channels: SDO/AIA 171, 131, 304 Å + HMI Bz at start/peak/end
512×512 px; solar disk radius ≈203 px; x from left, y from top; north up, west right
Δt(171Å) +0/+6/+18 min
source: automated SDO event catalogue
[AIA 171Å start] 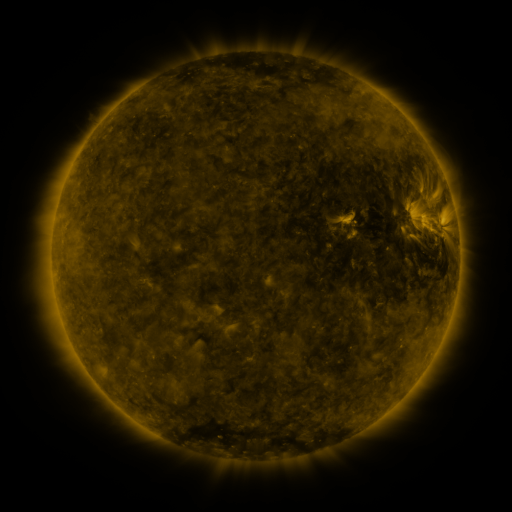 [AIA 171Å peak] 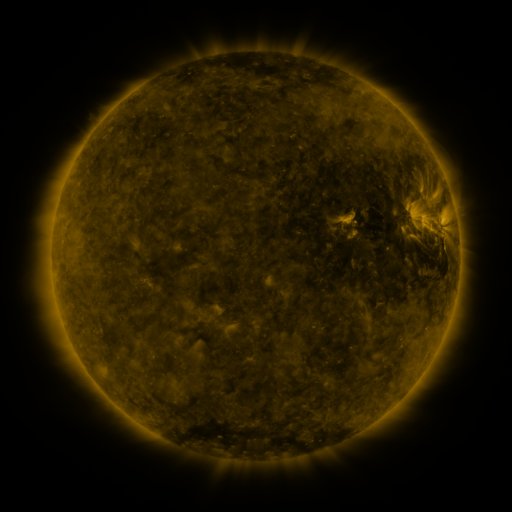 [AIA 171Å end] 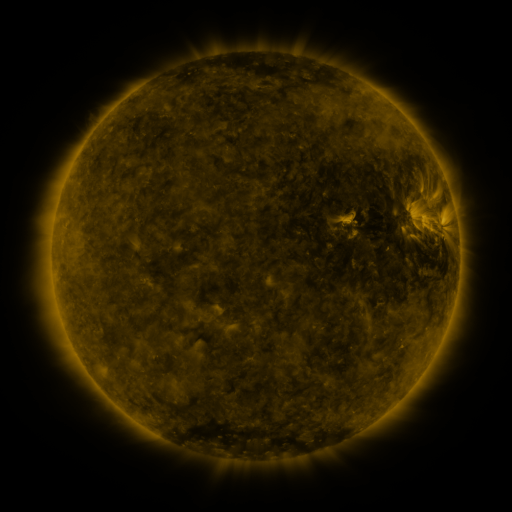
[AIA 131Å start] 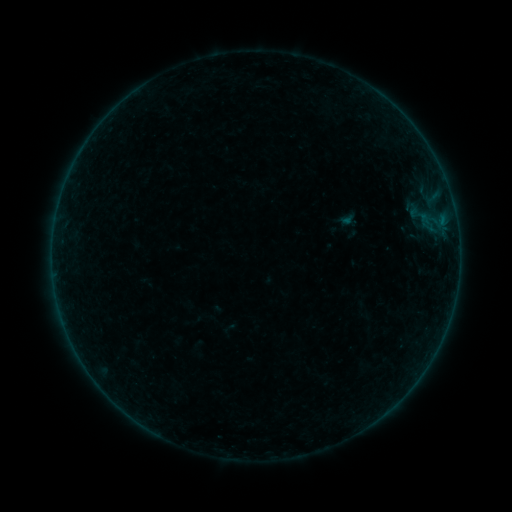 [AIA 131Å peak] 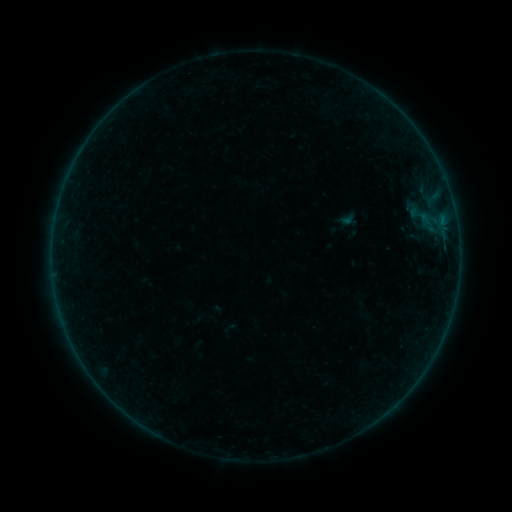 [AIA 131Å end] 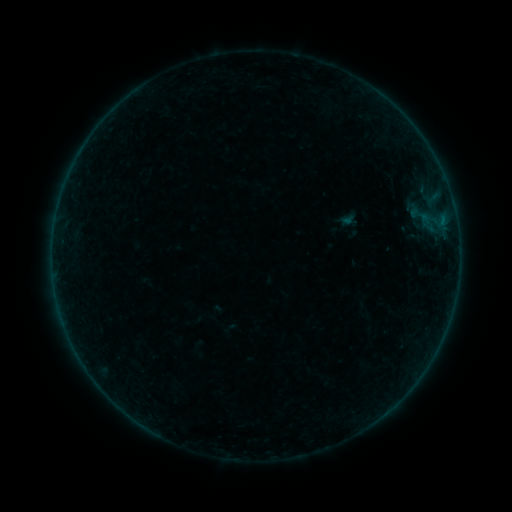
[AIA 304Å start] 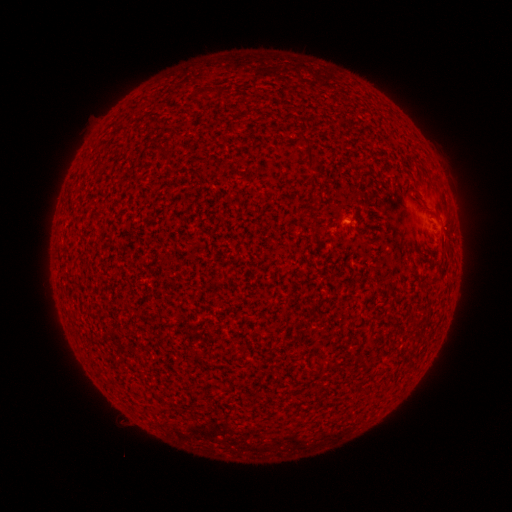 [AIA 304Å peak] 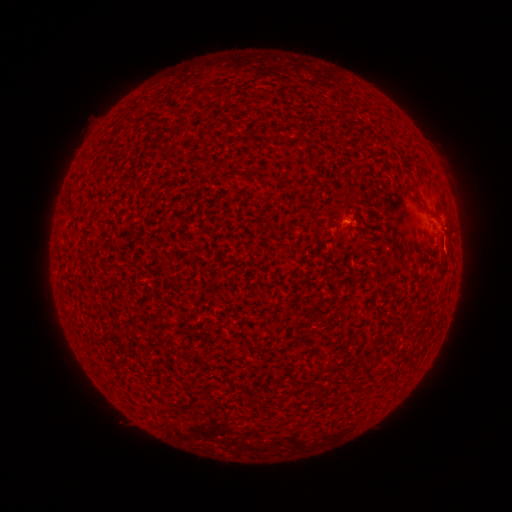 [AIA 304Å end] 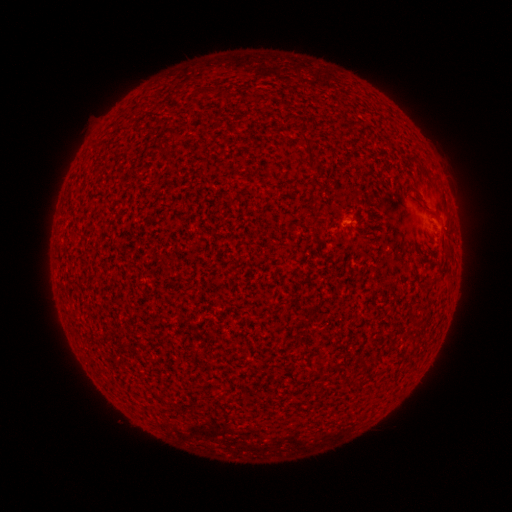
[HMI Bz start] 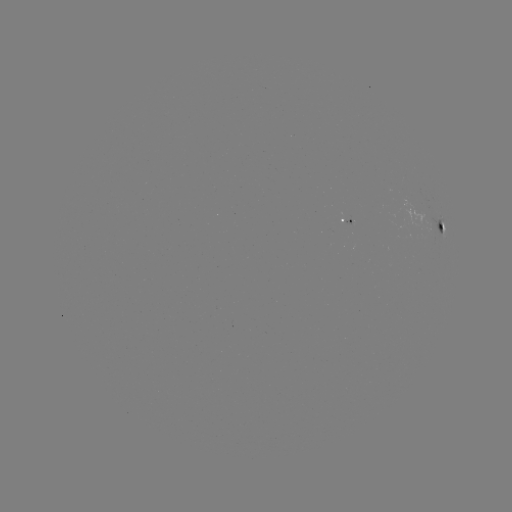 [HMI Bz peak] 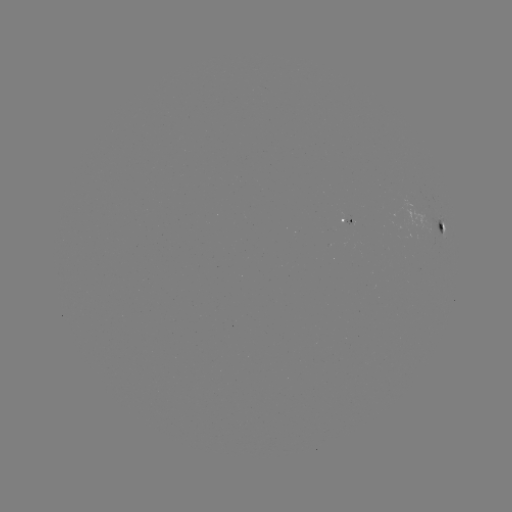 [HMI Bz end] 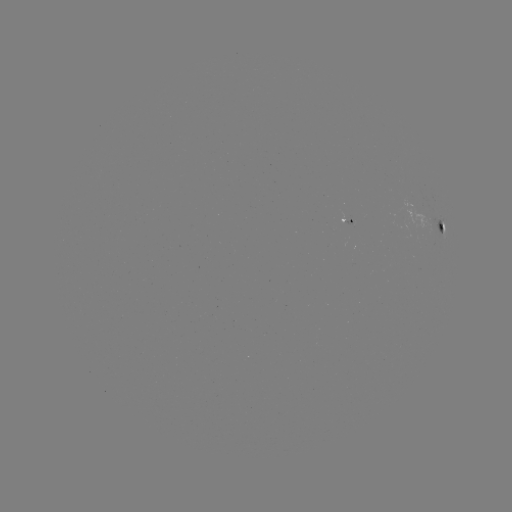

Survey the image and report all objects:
A3.3 flare: (443, 237)
